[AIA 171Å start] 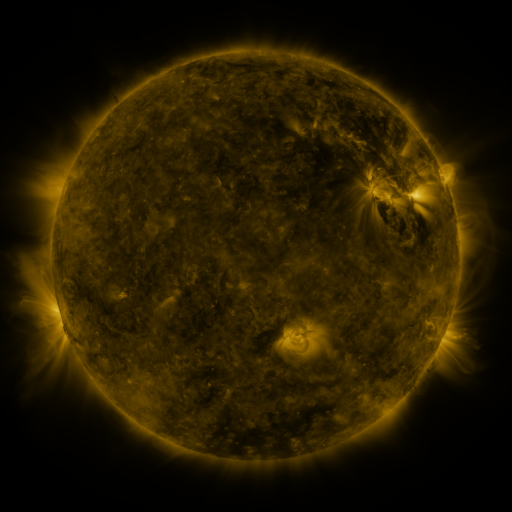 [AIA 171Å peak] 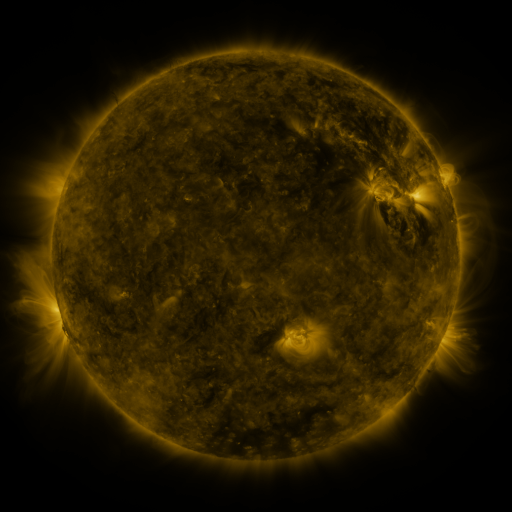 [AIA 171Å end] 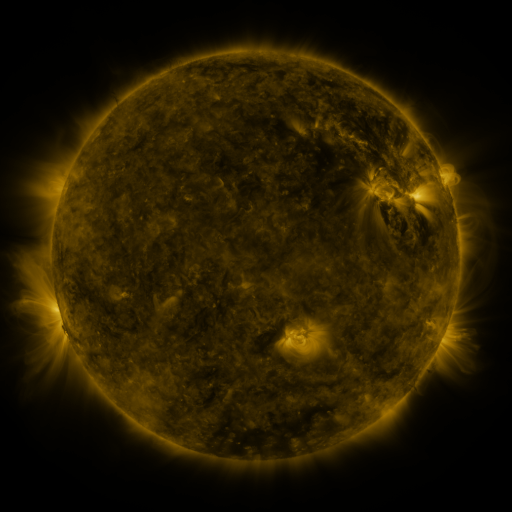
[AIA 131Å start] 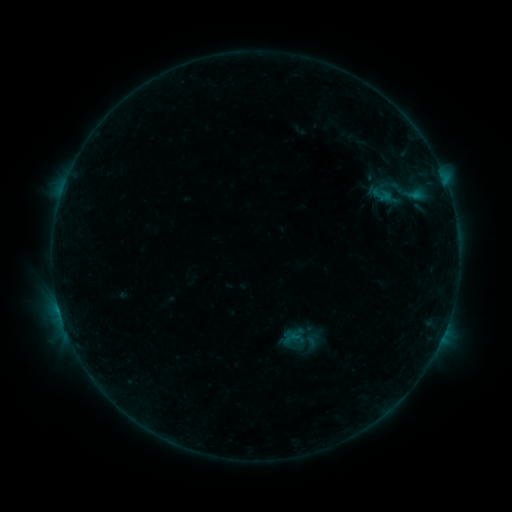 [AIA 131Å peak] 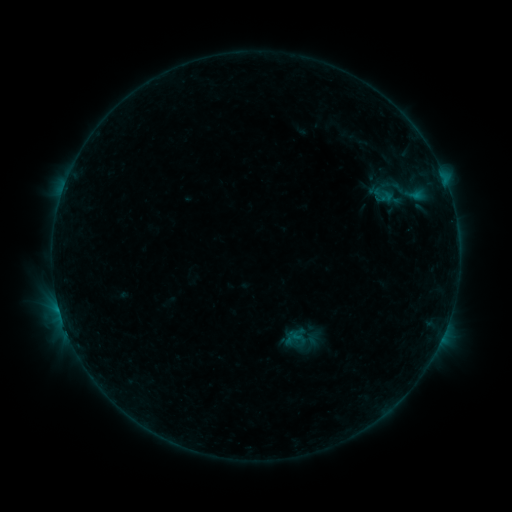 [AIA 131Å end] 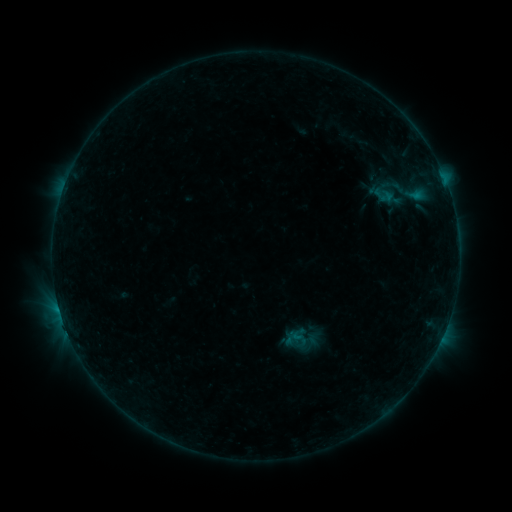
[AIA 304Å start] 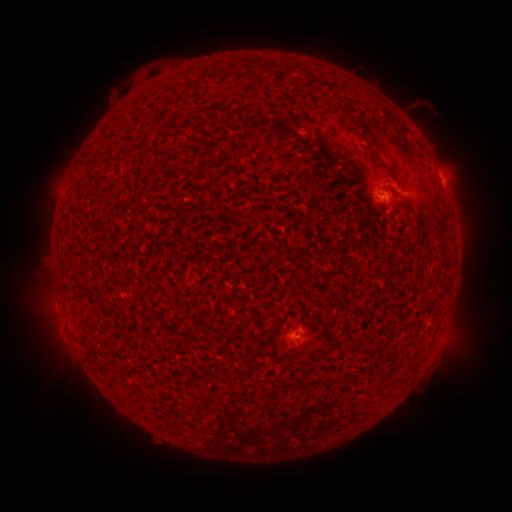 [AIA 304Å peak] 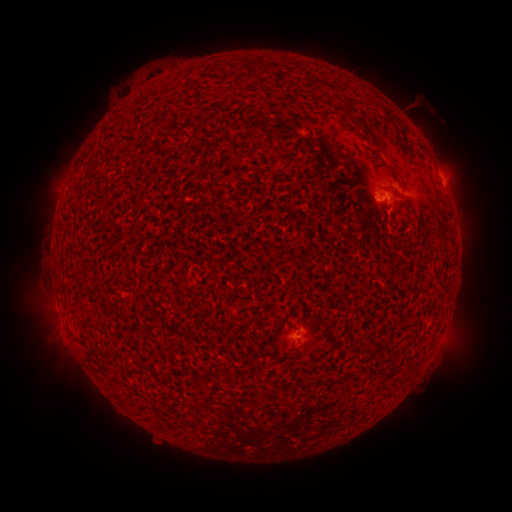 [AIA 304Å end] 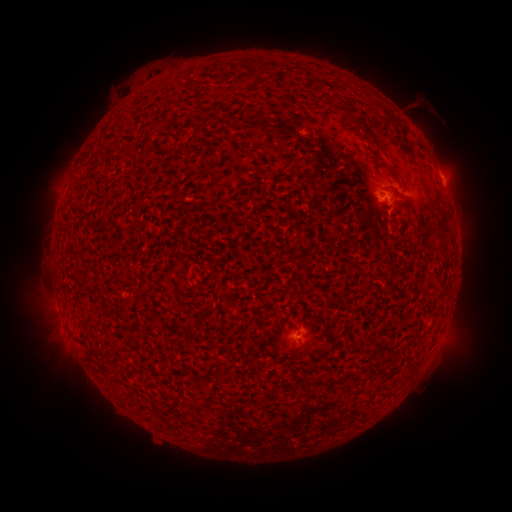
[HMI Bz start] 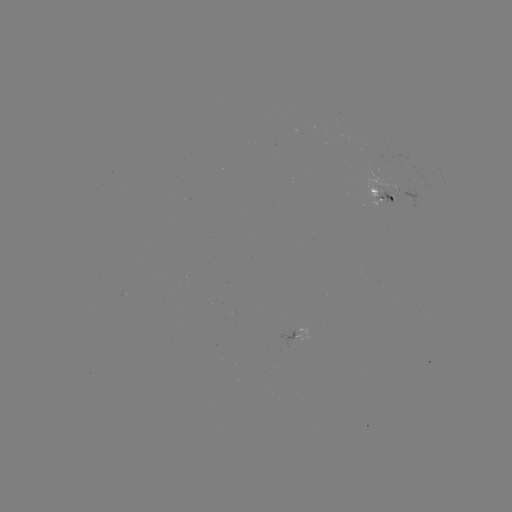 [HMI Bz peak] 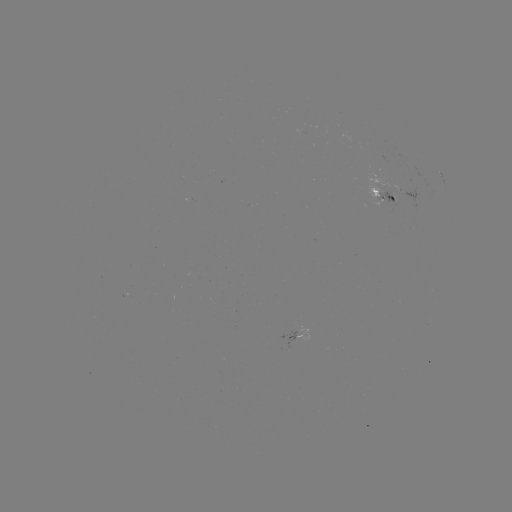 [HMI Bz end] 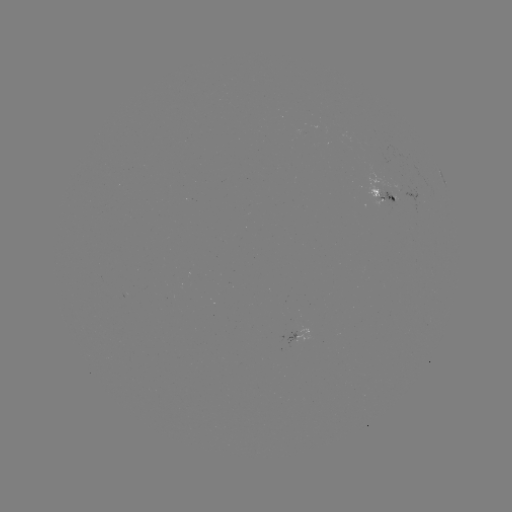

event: emerging-flux region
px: (388, 190)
